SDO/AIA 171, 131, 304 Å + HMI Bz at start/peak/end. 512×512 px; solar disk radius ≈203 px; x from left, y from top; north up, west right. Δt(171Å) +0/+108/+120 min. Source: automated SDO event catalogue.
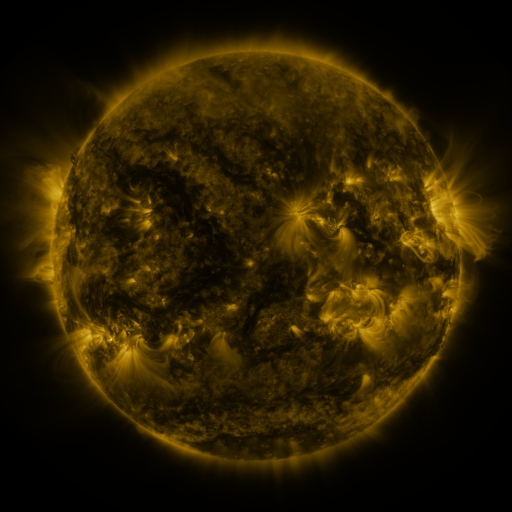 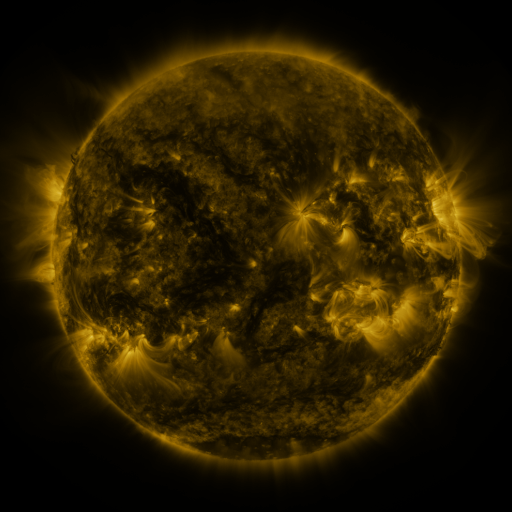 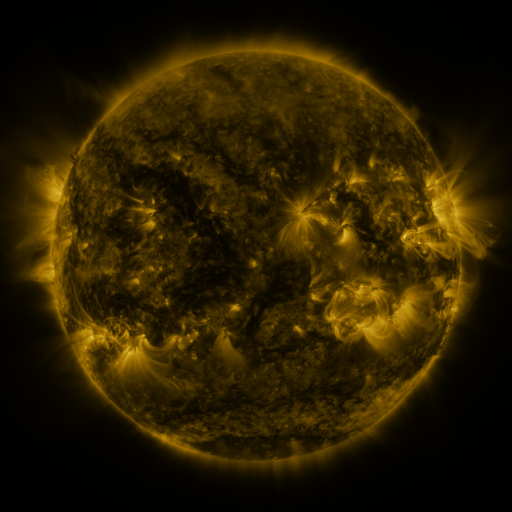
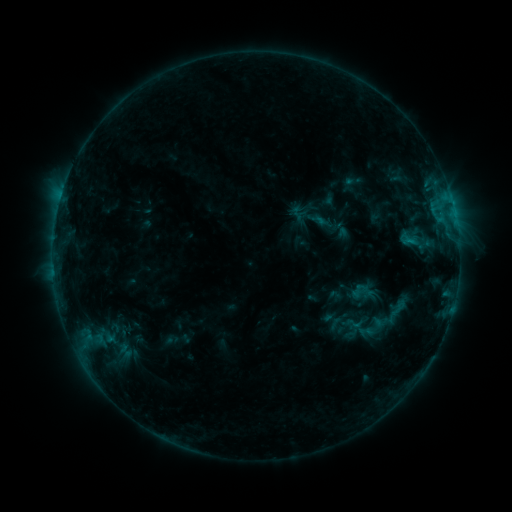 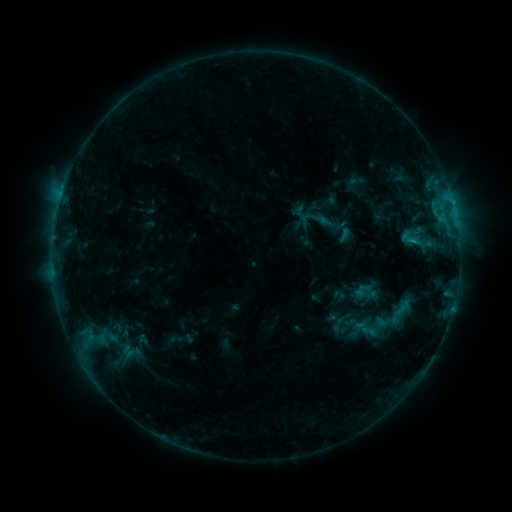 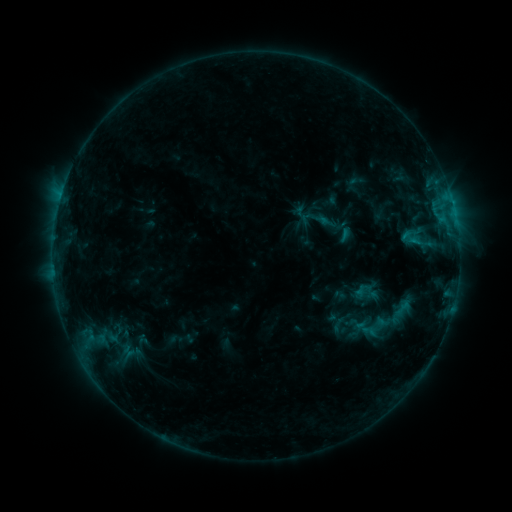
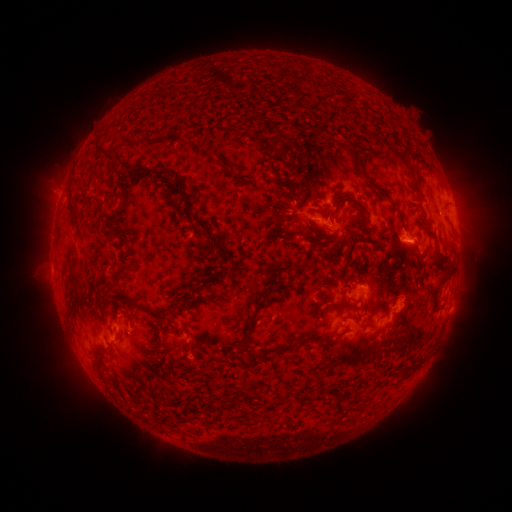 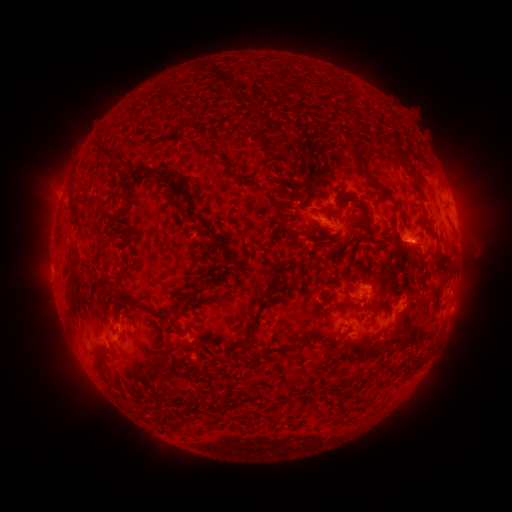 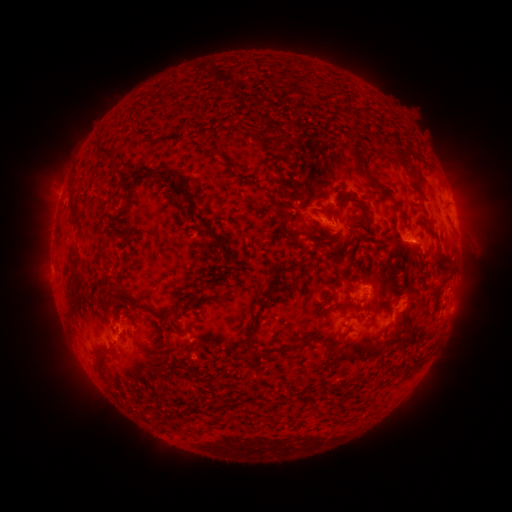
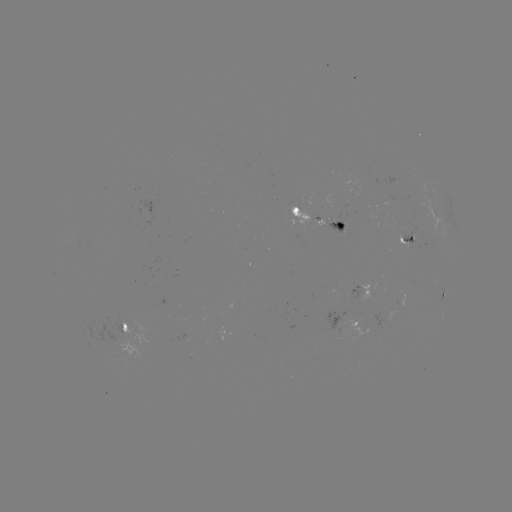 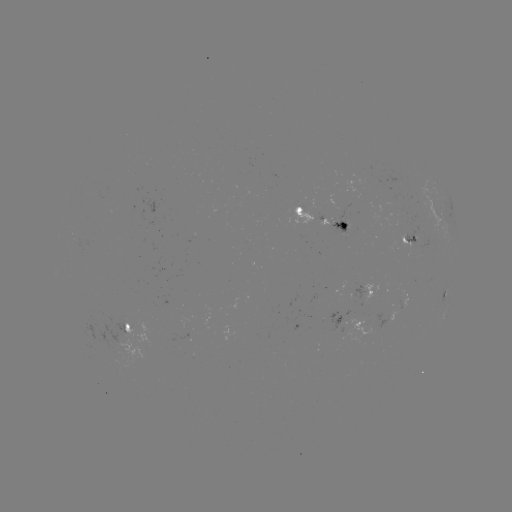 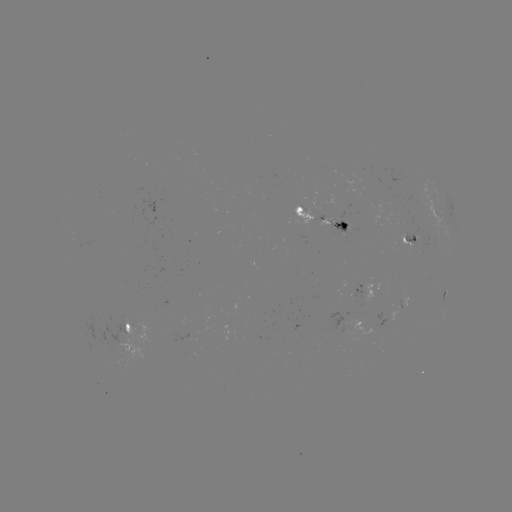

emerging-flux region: <bbox>328, 219, 348, 232</bbox>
